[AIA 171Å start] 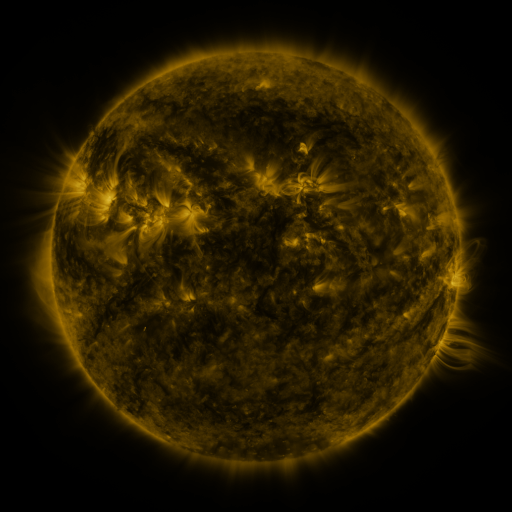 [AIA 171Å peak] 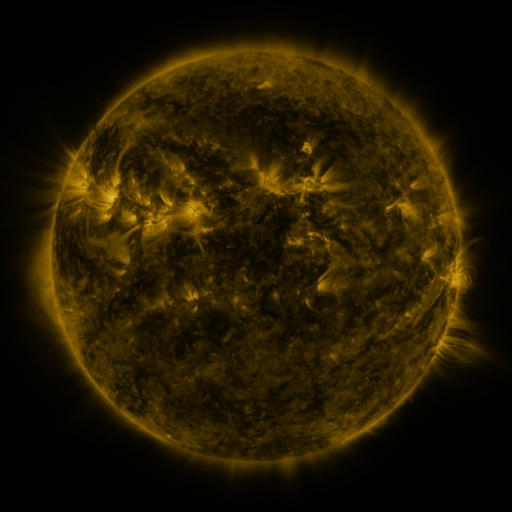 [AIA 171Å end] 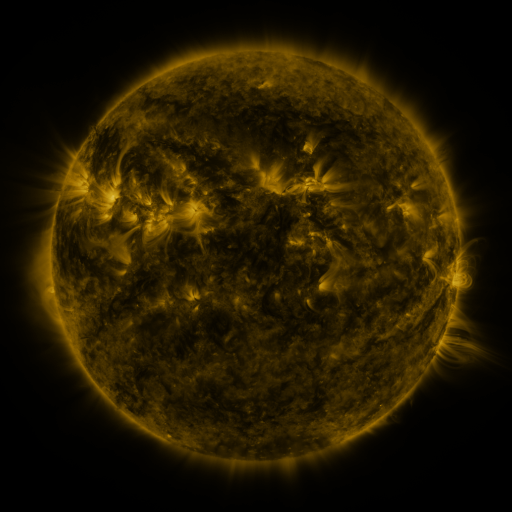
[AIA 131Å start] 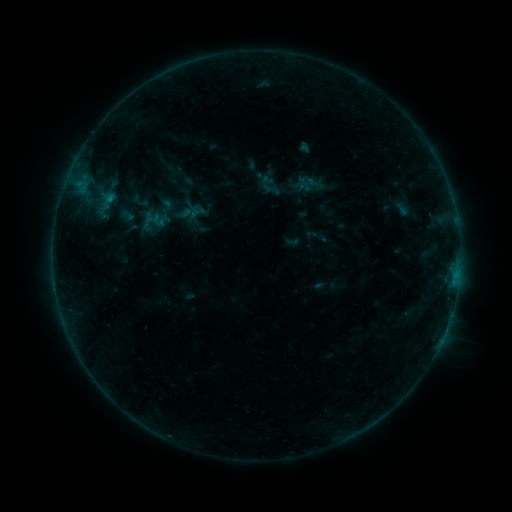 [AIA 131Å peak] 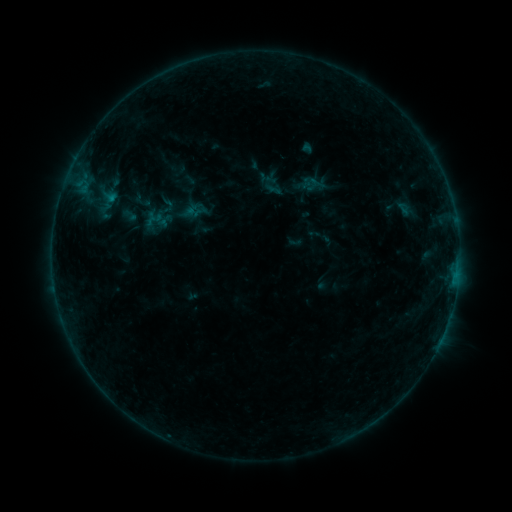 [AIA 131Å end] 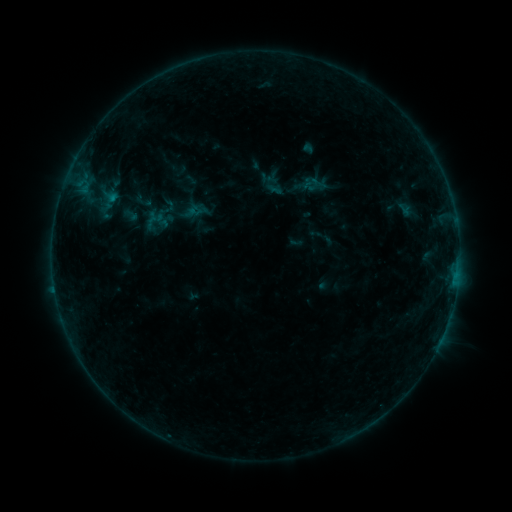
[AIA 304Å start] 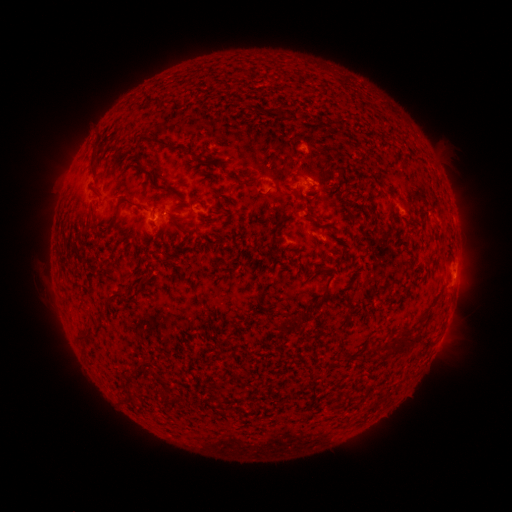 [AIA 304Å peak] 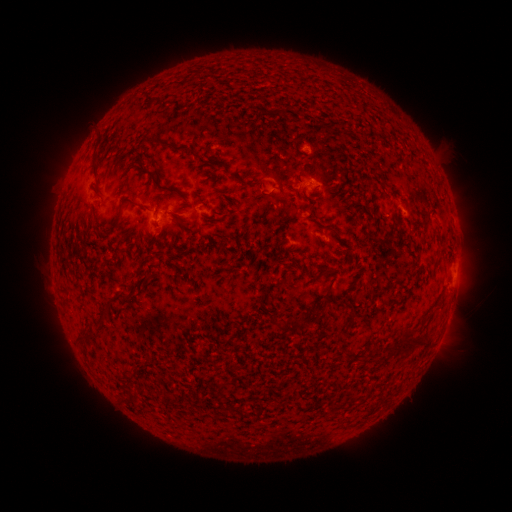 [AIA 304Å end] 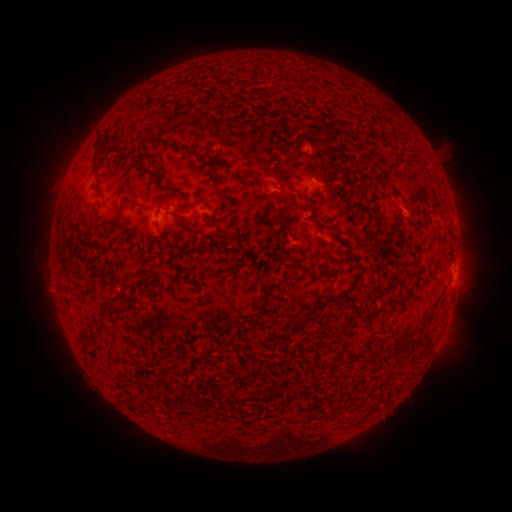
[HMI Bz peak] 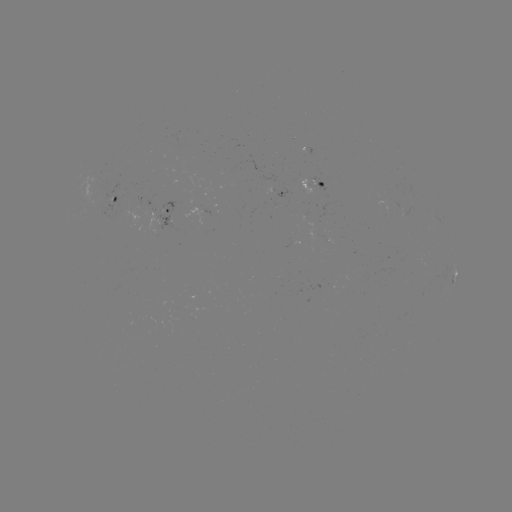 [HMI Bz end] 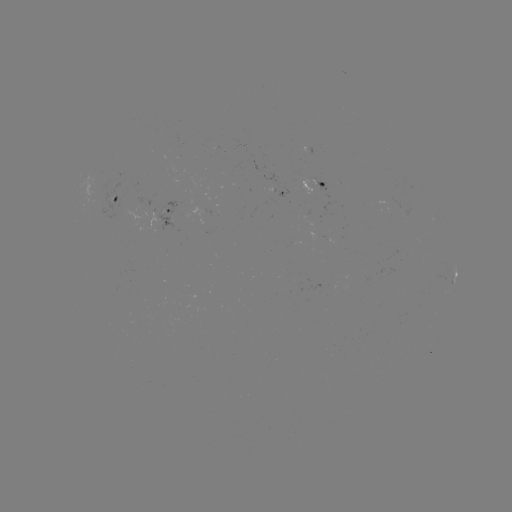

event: emerging-flux region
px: (306, 191)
